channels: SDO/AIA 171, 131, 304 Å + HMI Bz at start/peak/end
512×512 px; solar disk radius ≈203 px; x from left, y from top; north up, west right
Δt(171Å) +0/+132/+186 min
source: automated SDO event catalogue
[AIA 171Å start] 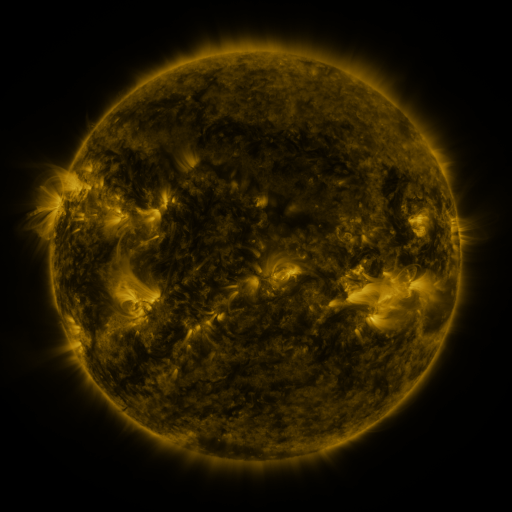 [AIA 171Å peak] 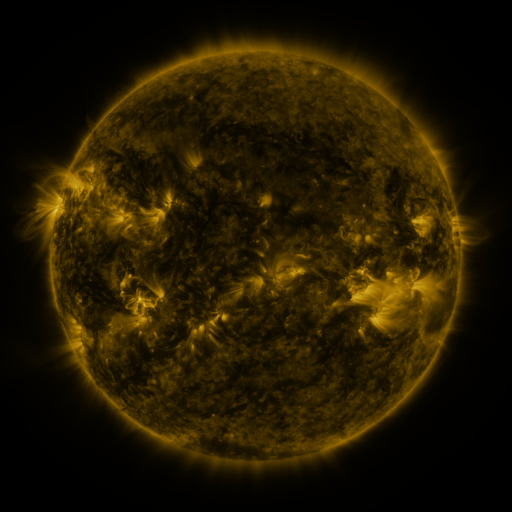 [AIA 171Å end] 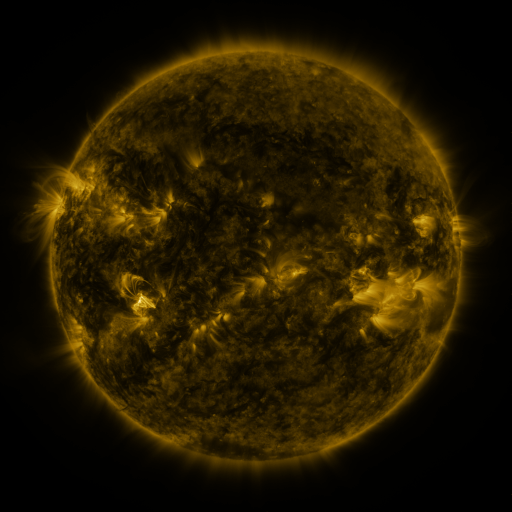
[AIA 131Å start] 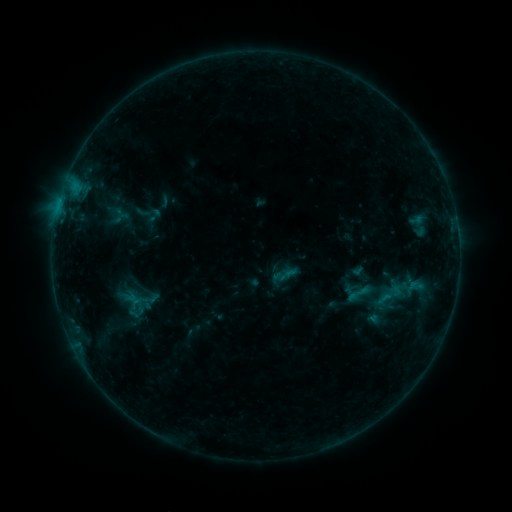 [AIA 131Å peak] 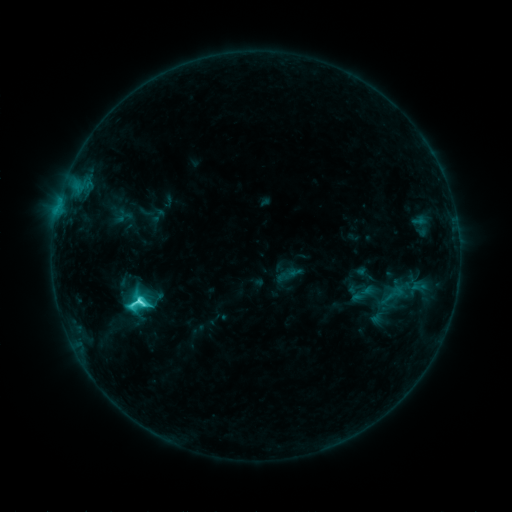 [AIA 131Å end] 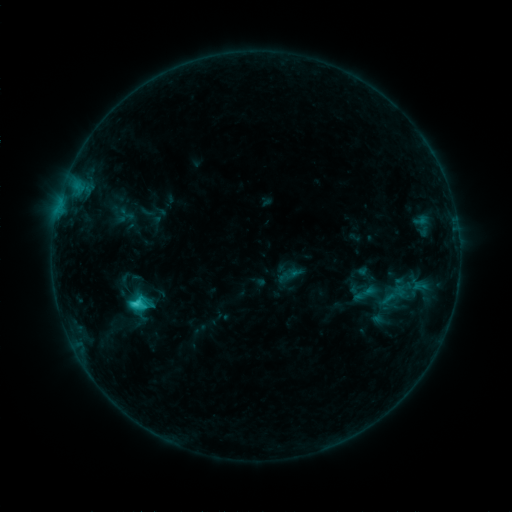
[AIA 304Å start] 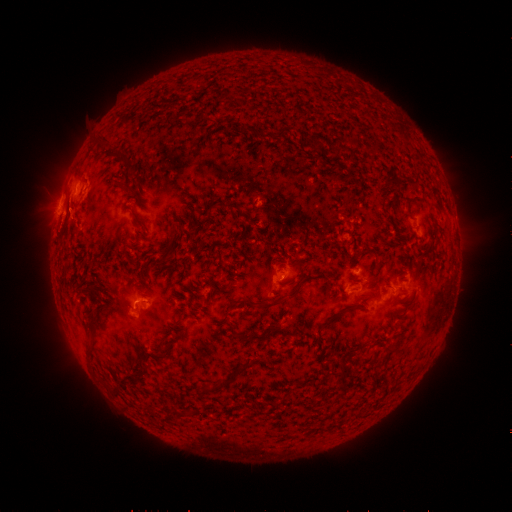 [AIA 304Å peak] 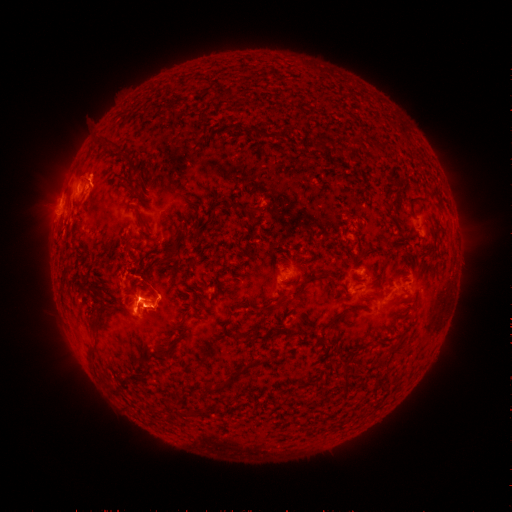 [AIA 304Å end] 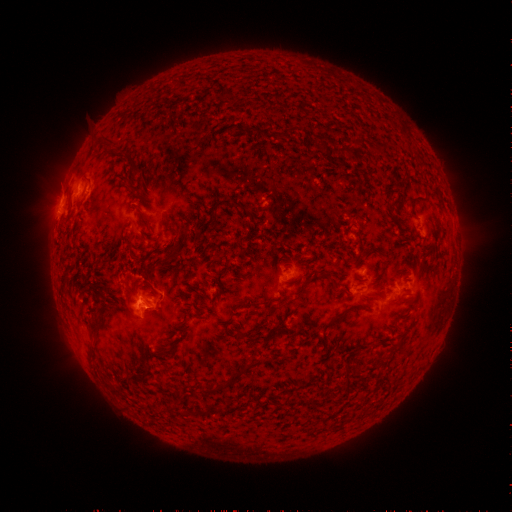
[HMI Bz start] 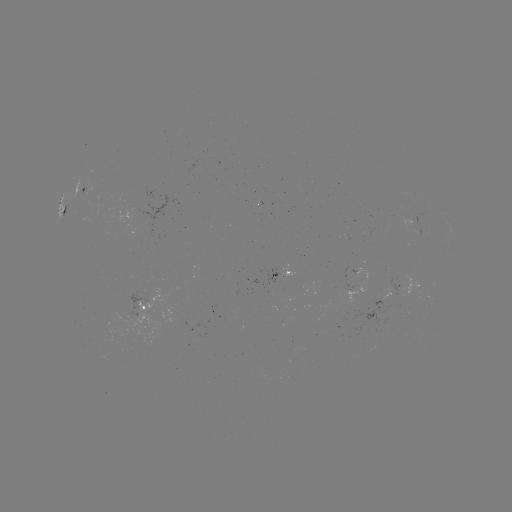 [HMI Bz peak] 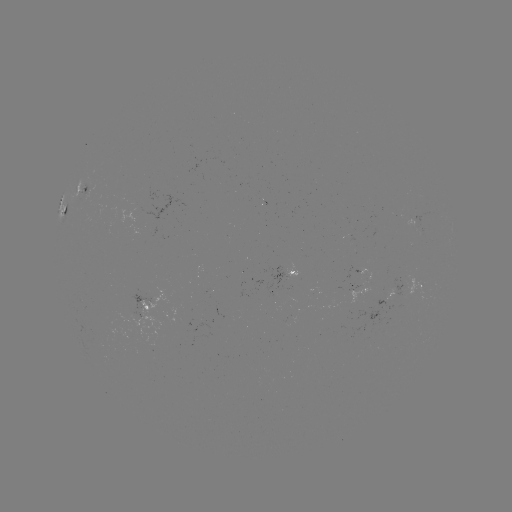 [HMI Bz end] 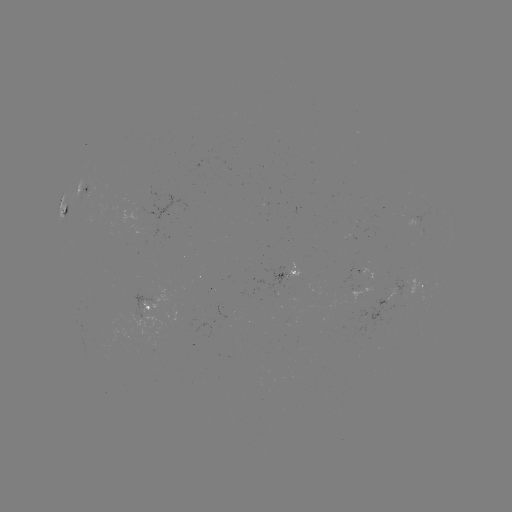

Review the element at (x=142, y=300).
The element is C5.3 flare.